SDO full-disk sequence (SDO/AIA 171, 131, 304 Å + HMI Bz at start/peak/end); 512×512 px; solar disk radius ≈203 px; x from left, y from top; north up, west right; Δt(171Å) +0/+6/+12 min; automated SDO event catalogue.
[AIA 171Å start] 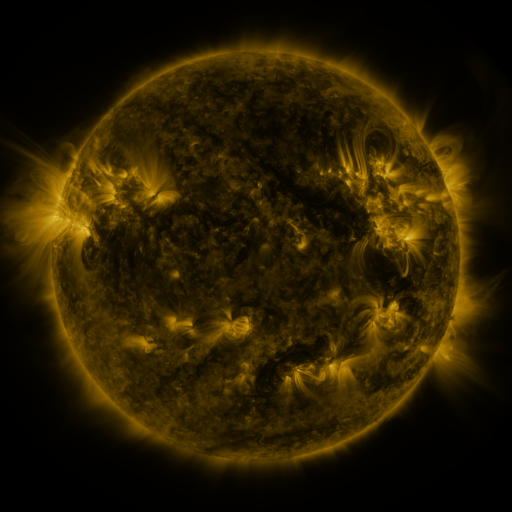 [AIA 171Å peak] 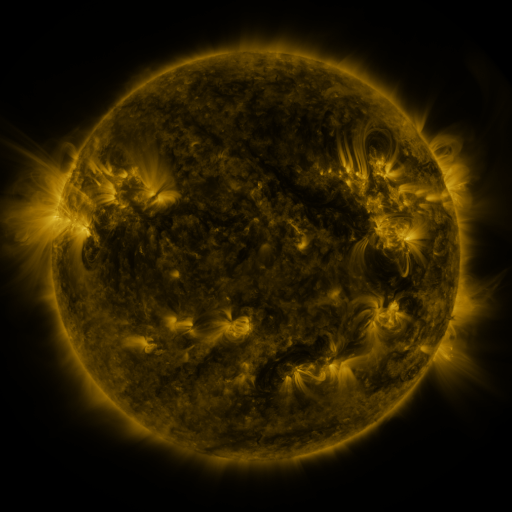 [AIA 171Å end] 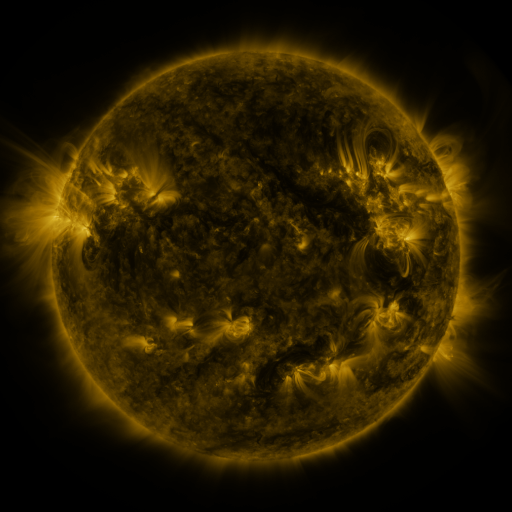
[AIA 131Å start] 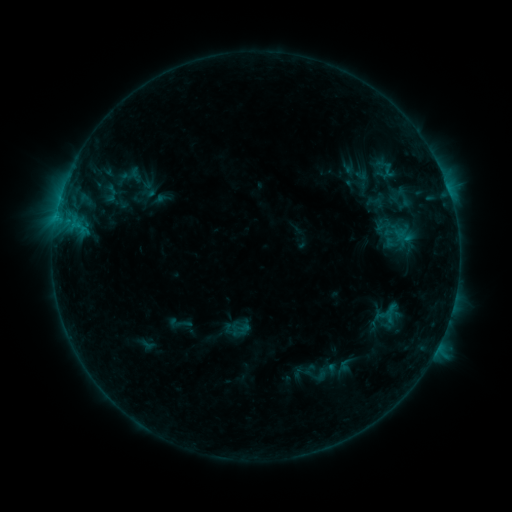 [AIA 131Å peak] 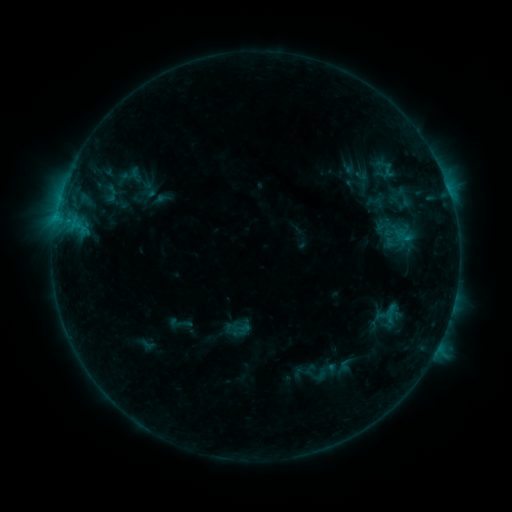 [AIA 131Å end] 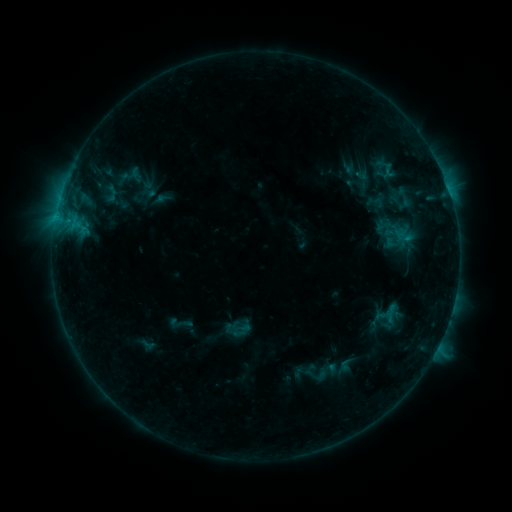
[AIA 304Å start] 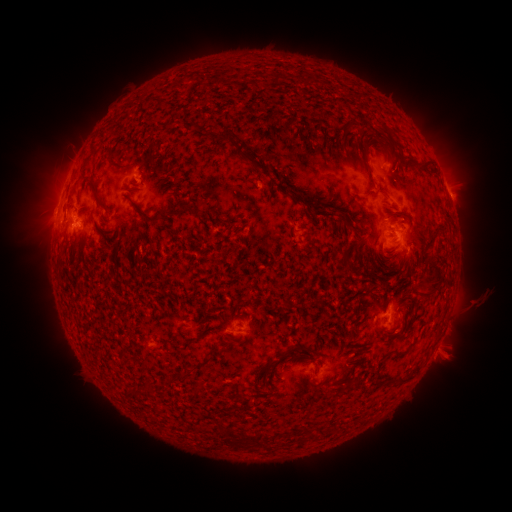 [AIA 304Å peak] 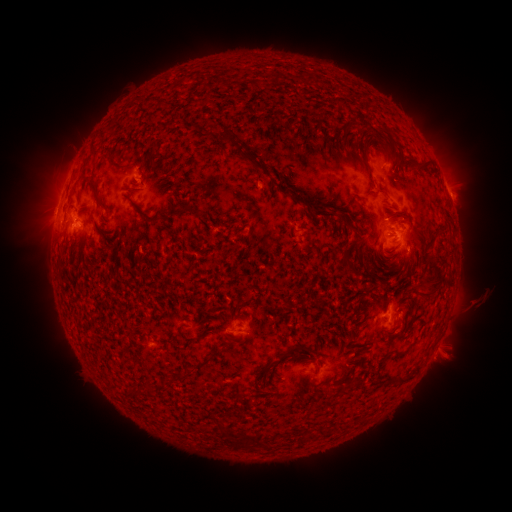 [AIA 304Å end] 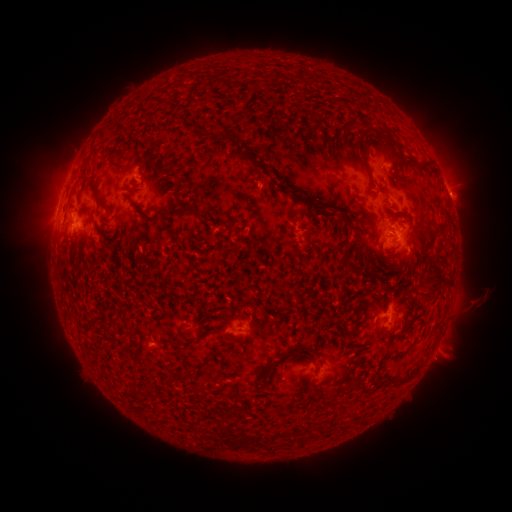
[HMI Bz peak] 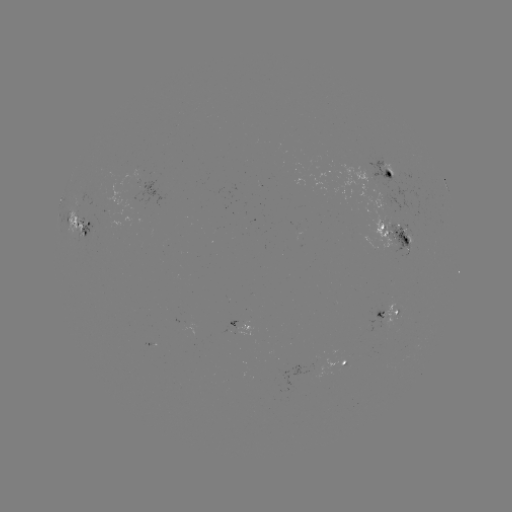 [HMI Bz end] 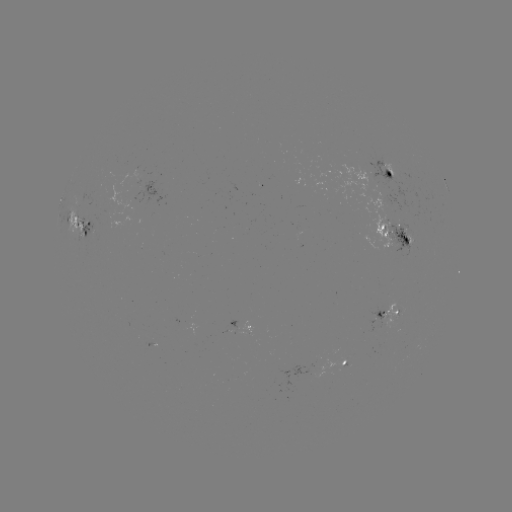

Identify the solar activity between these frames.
nothing was catalogued: no classed flare, no EUV trigger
